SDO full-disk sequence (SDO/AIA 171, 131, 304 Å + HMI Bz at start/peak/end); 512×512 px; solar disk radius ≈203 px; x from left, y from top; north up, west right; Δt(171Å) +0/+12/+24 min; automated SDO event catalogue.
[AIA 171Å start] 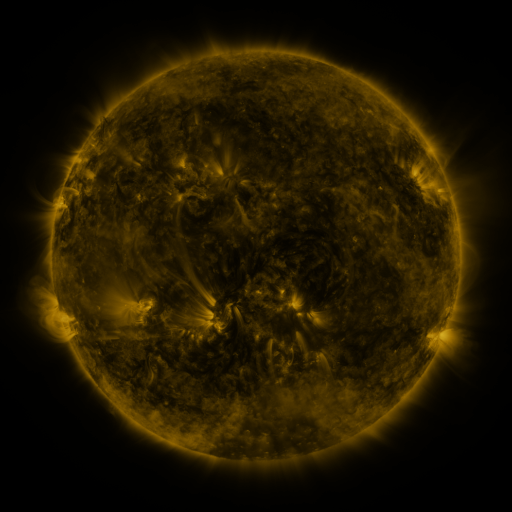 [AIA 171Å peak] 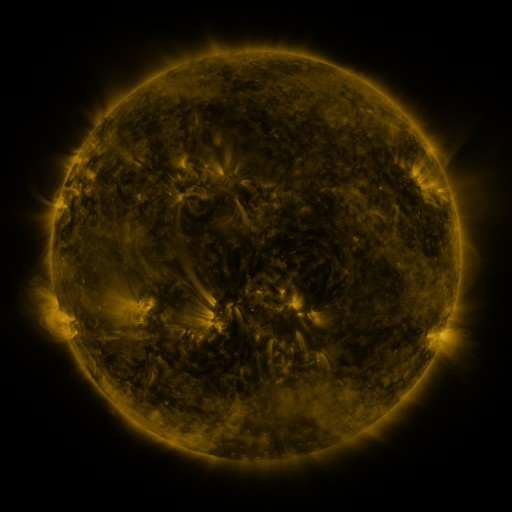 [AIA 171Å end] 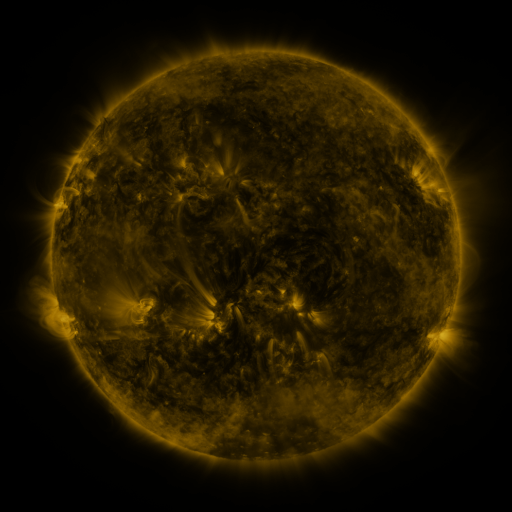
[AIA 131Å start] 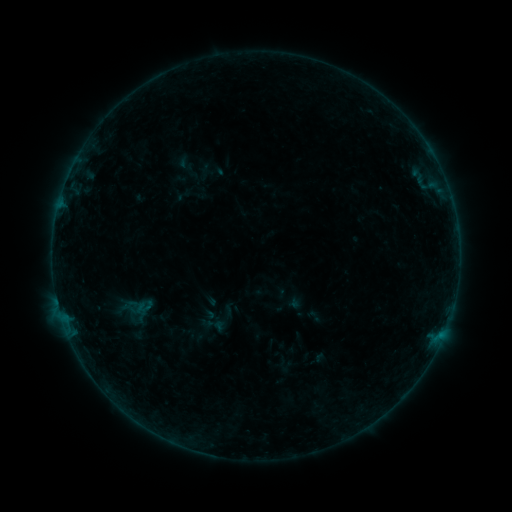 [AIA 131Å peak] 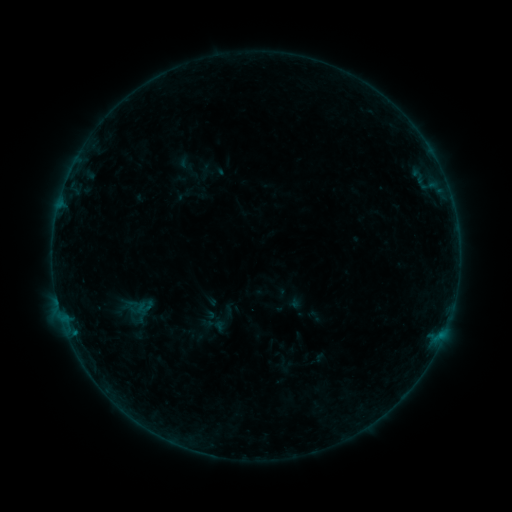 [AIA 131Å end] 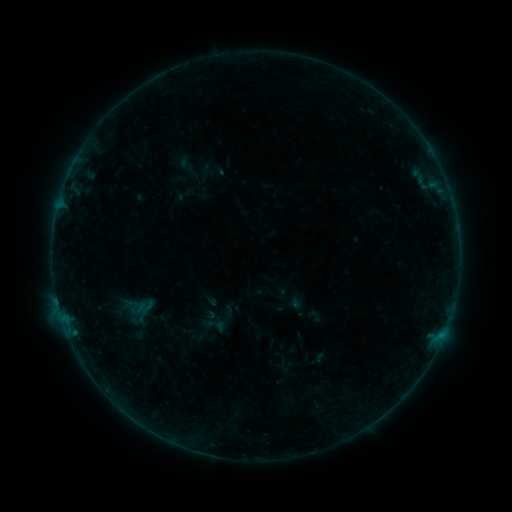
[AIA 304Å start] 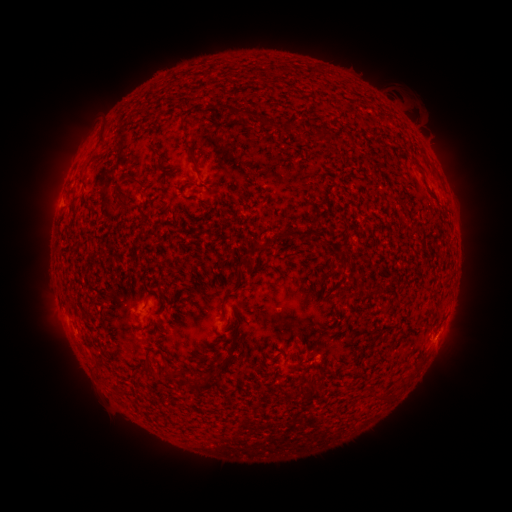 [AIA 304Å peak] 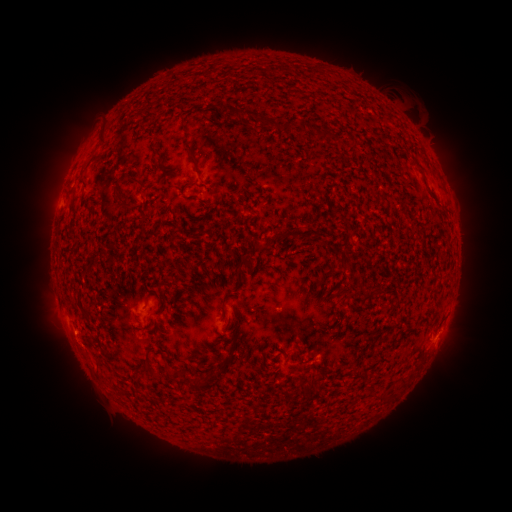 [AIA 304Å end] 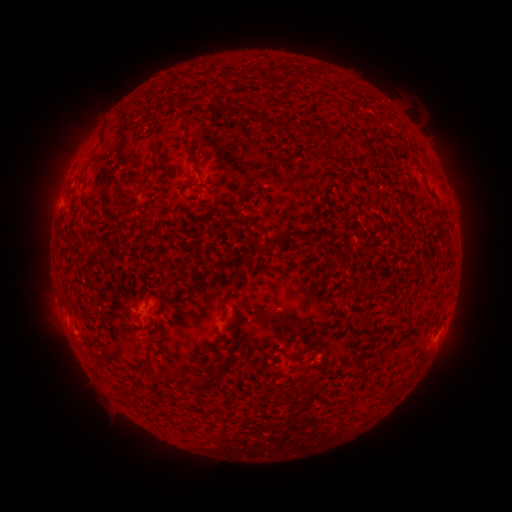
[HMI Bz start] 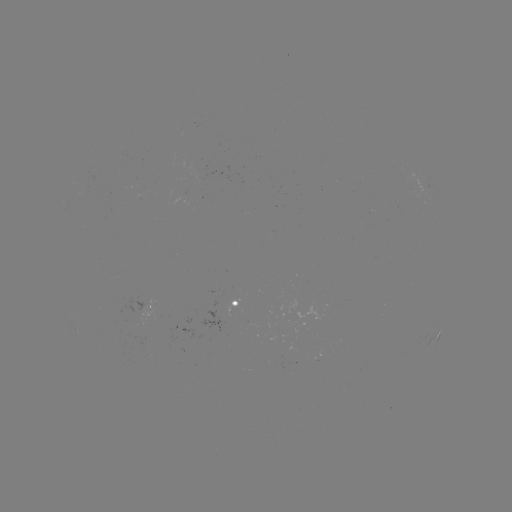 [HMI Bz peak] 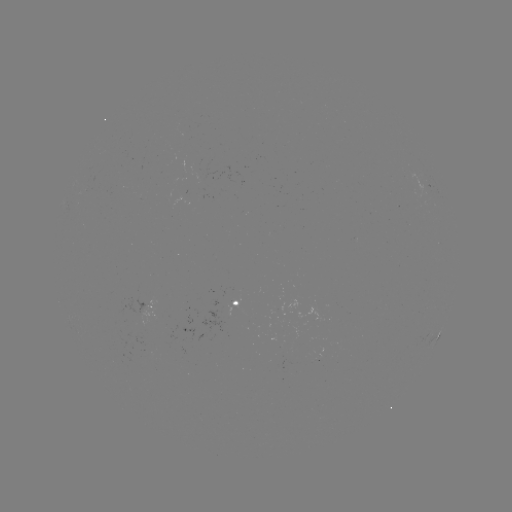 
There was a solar flare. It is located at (73, 330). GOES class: B1.1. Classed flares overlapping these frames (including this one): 1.